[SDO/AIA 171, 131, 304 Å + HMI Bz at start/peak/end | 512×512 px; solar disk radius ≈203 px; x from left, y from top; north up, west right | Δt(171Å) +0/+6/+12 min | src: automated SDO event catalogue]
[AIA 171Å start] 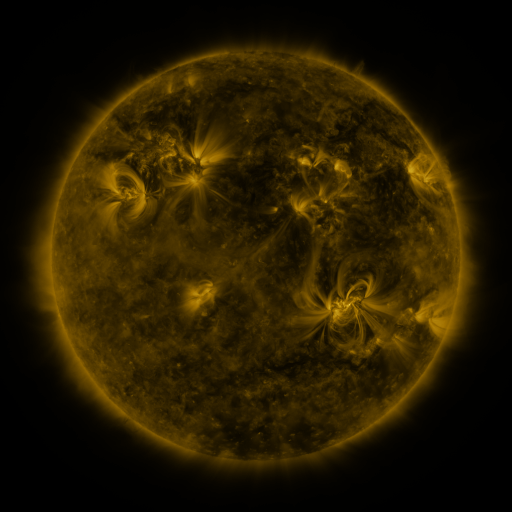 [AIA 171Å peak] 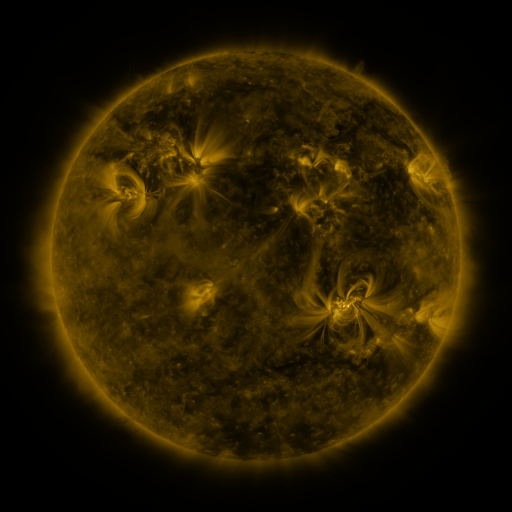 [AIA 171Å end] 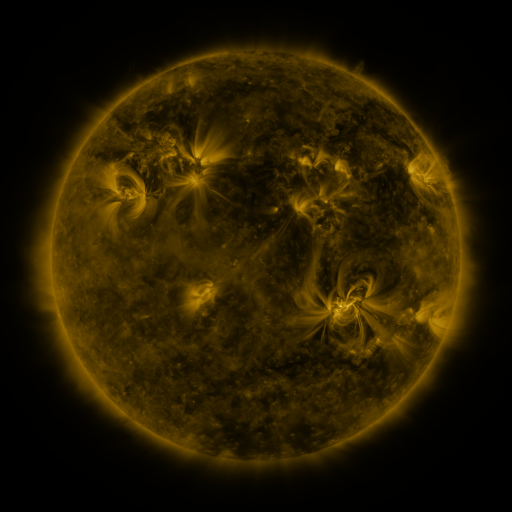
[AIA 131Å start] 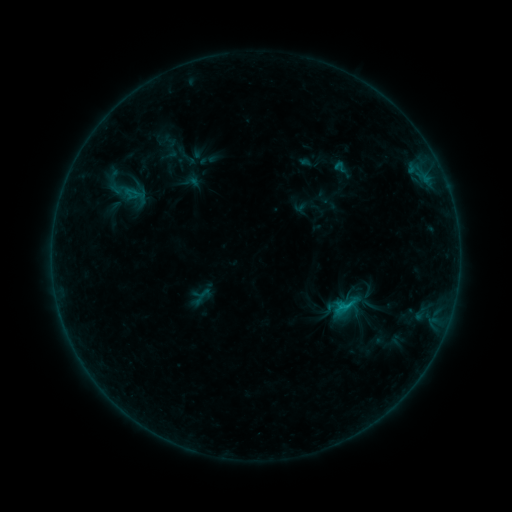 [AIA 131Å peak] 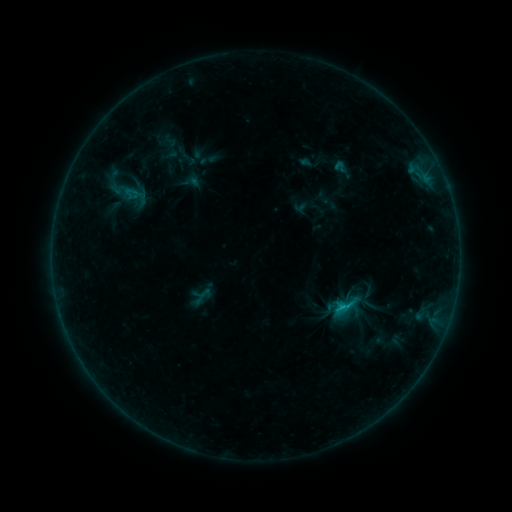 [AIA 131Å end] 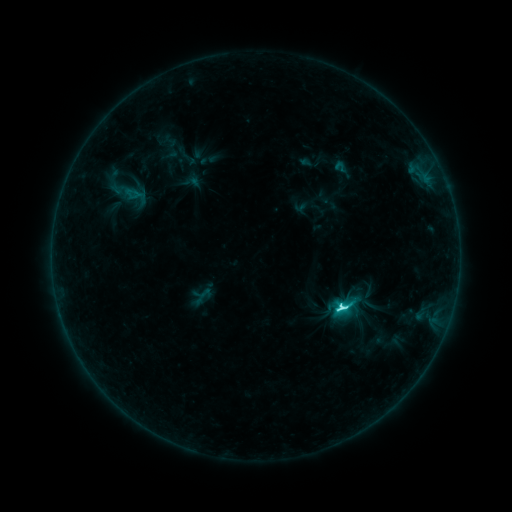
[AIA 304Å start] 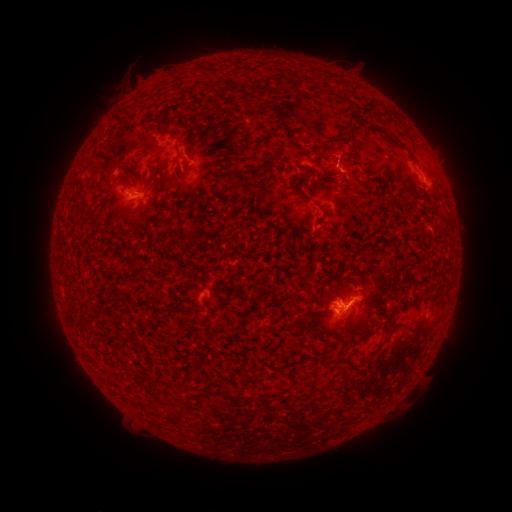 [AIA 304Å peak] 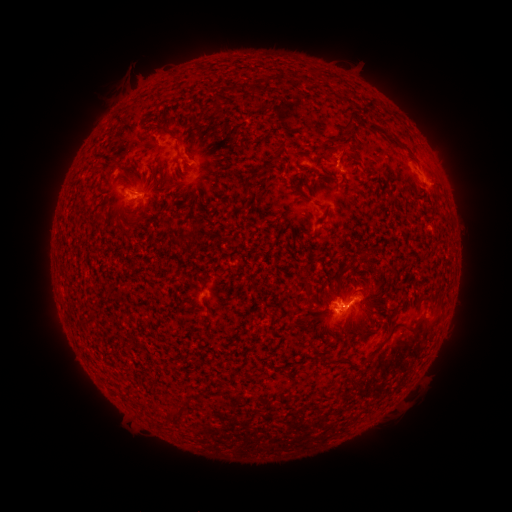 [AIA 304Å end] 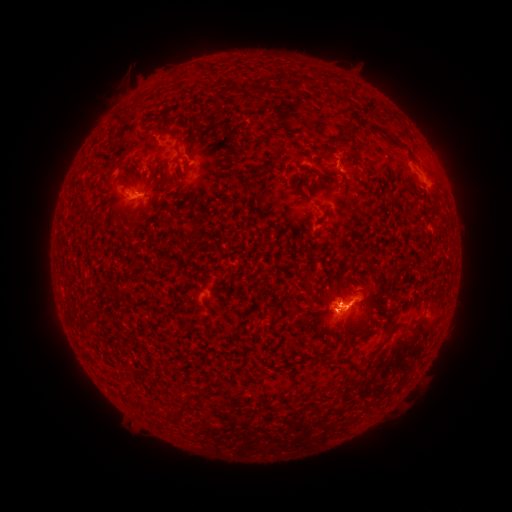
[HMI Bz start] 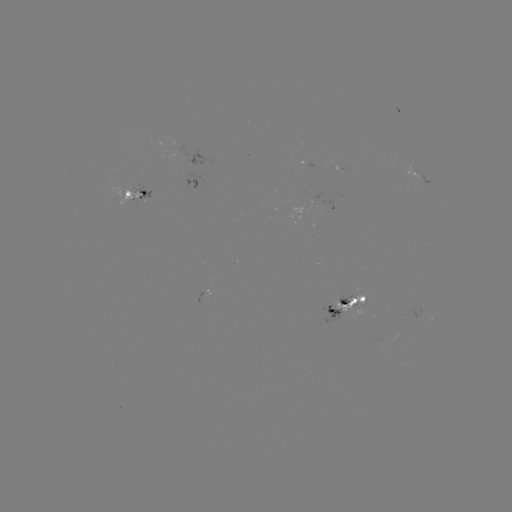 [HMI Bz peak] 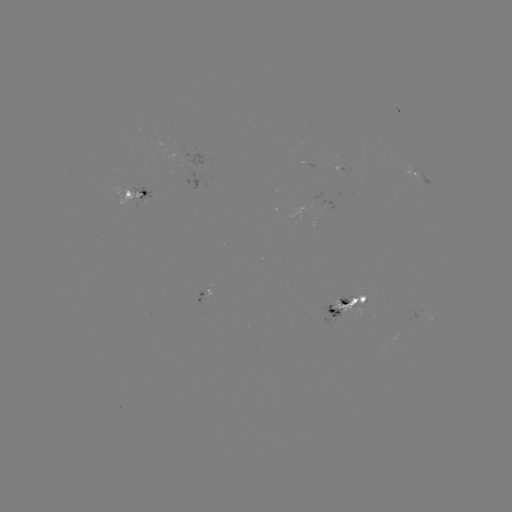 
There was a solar flare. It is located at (340, 304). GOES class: C5.9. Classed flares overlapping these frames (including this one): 1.